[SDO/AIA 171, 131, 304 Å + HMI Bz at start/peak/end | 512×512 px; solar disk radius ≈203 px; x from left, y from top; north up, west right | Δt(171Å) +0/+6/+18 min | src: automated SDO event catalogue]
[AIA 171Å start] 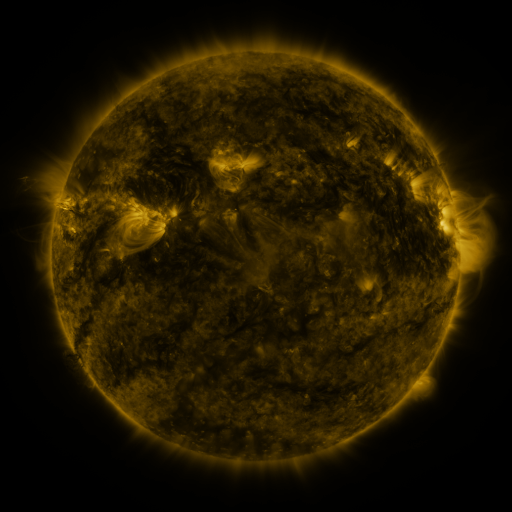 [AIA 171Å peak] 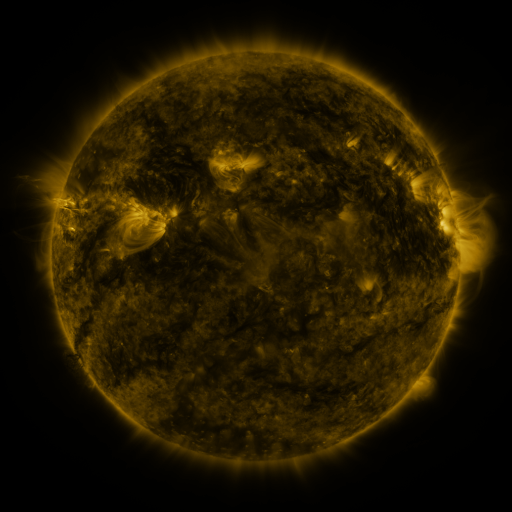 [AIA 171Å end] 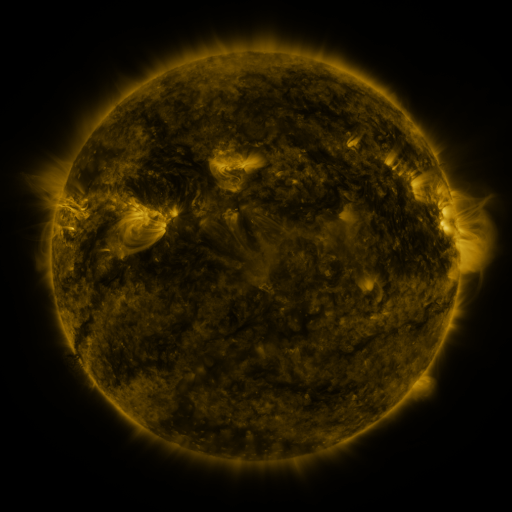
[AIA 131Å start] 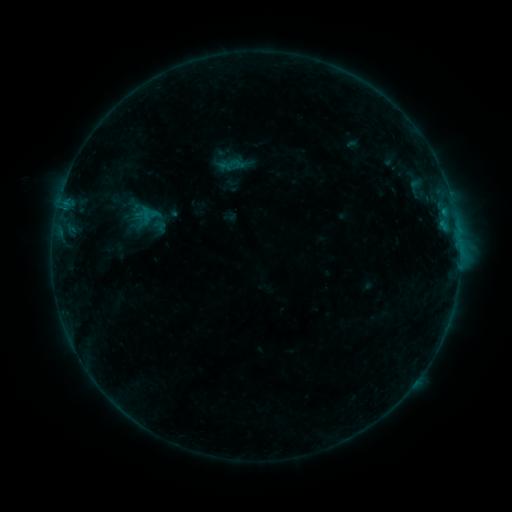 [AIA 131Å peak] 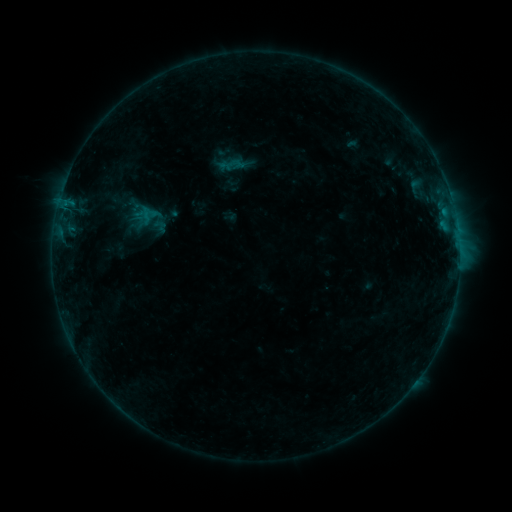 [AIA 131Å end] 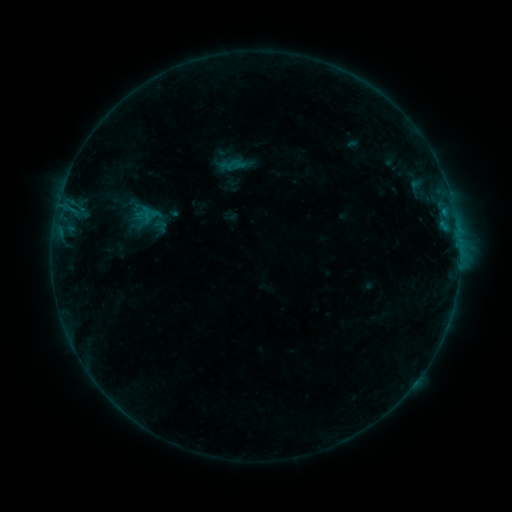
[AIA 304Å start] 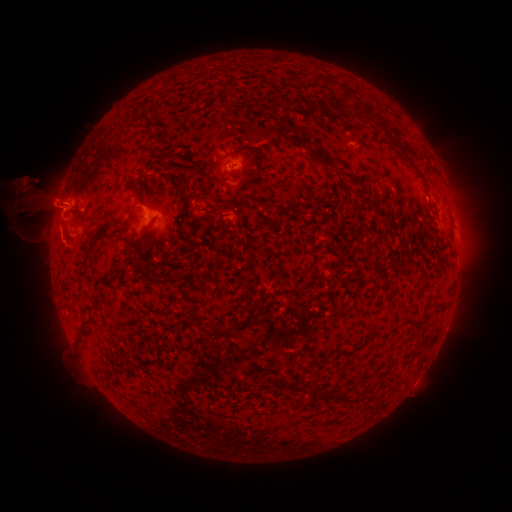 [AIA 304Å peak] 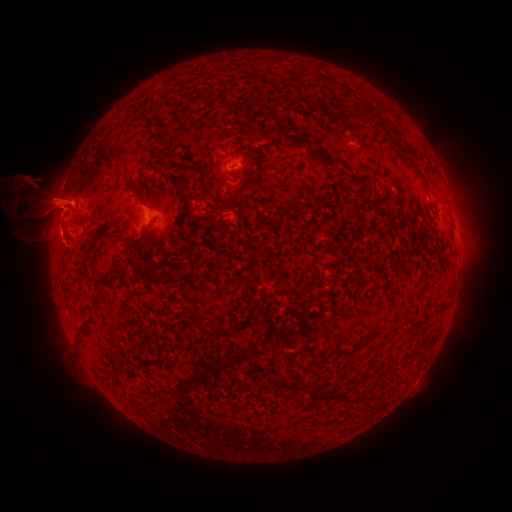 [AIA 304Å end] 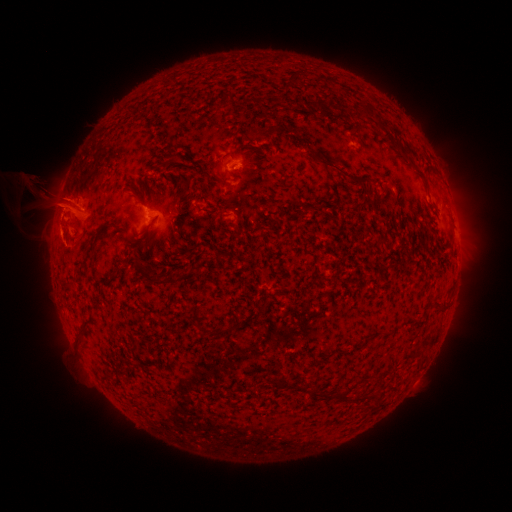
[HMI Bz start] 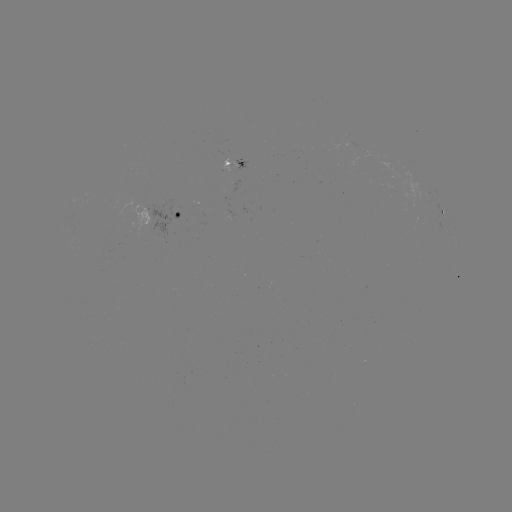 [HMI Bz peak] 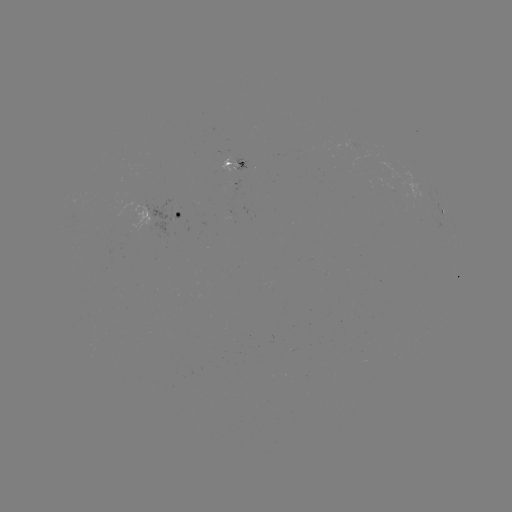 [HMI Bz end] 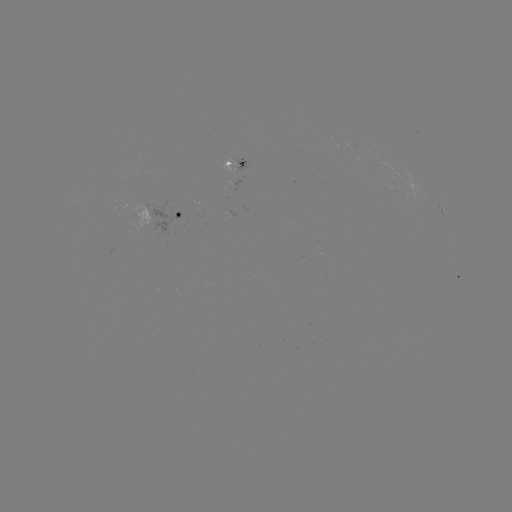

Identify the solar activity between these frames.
eruption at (66, 203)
